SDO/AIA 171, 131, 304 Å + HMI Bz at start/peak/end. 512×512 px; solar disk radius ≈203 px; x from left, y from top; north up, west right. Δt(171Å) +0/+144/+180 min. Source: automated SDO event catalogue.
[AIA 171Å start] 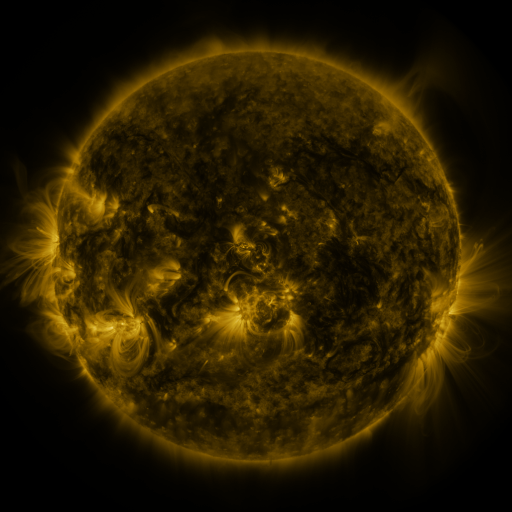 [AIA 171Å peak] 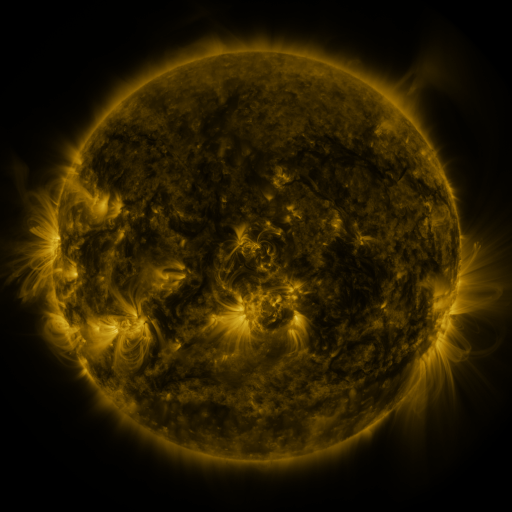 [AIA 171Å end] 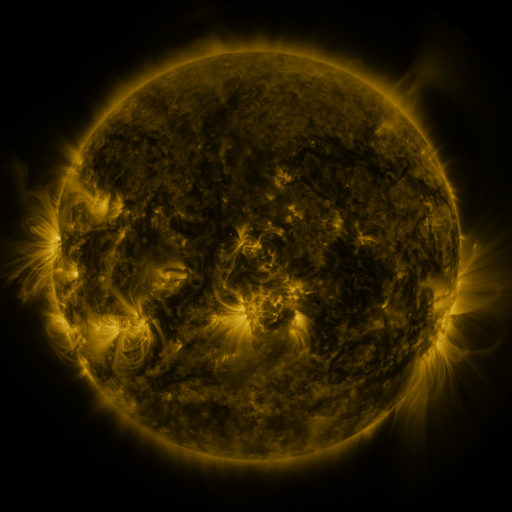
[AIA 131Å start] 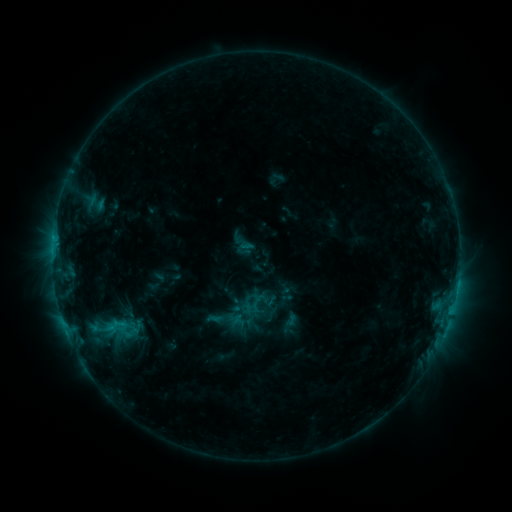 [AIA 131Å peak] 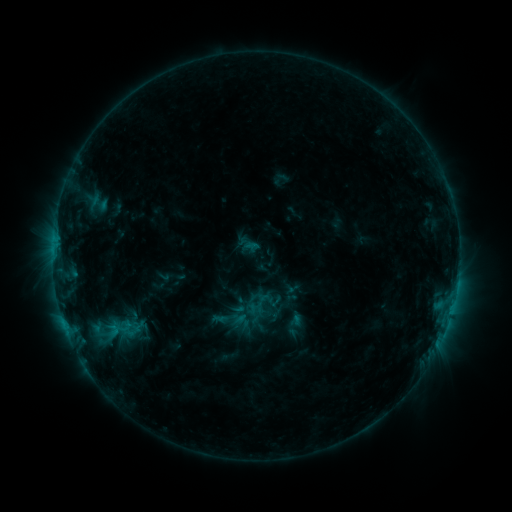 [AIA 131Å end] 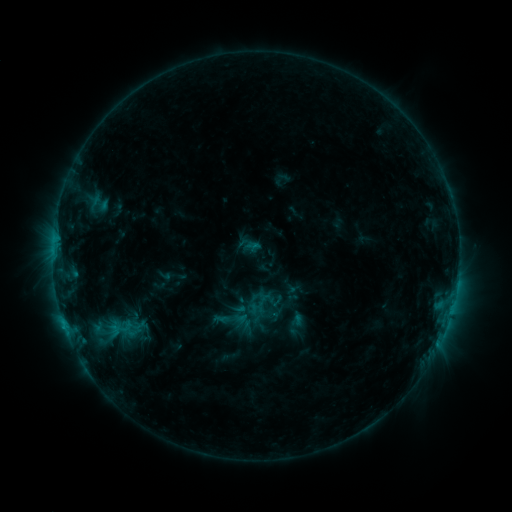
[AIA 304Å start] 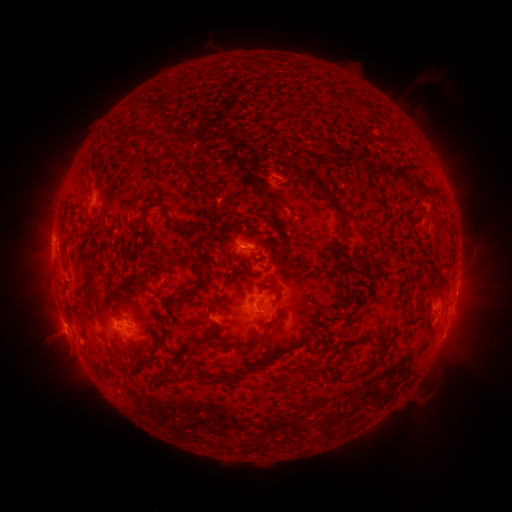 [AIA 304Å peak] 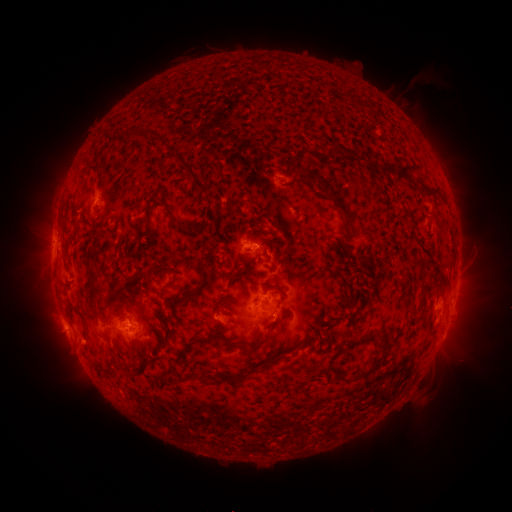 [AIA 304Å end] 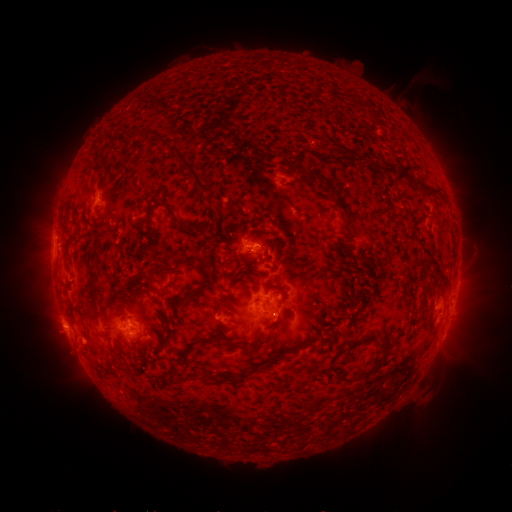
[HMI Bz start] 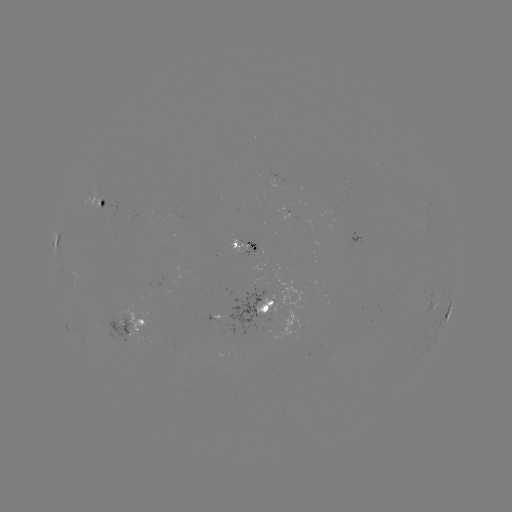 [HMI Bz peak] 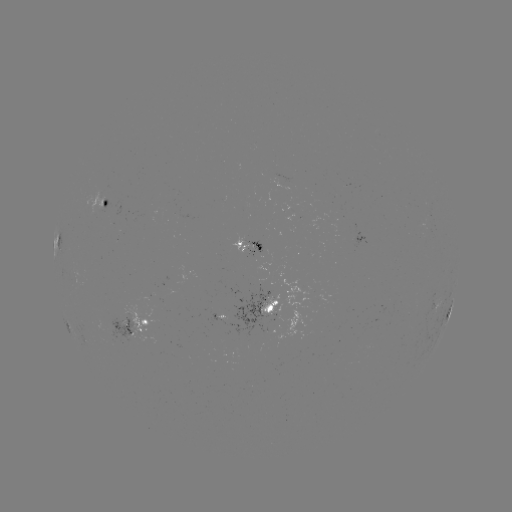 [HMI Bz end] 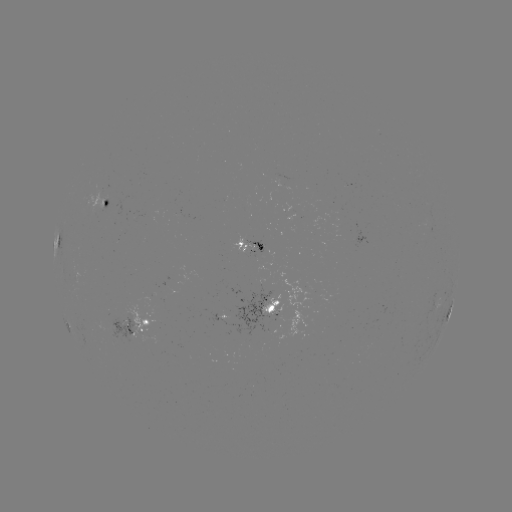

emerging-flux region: (86, 184, 104, 216)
